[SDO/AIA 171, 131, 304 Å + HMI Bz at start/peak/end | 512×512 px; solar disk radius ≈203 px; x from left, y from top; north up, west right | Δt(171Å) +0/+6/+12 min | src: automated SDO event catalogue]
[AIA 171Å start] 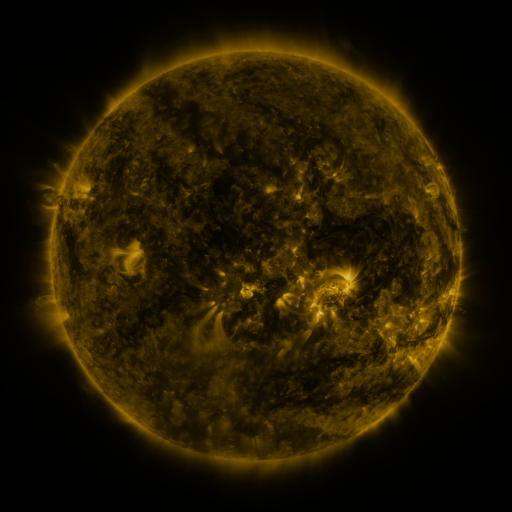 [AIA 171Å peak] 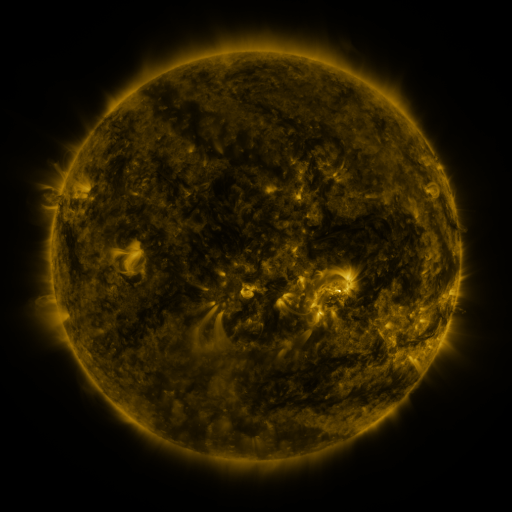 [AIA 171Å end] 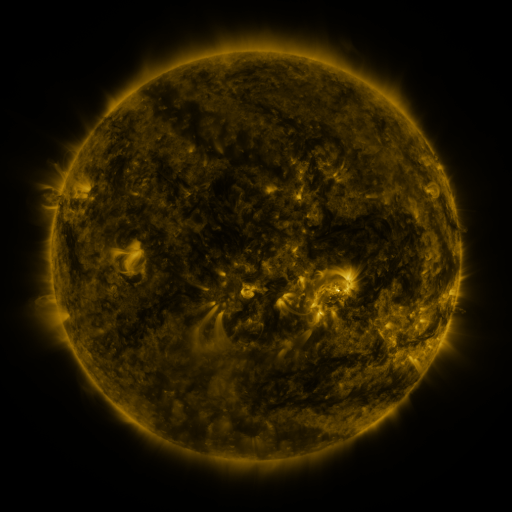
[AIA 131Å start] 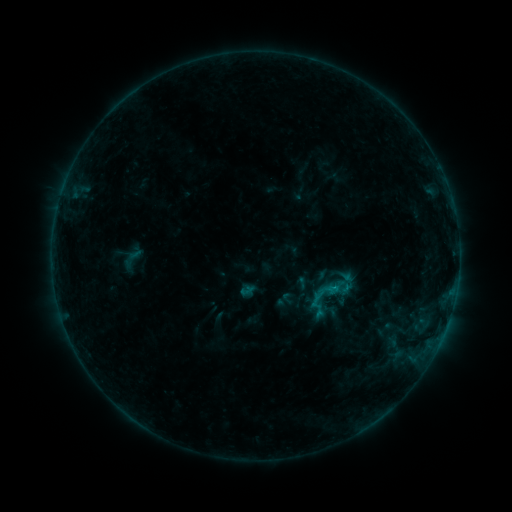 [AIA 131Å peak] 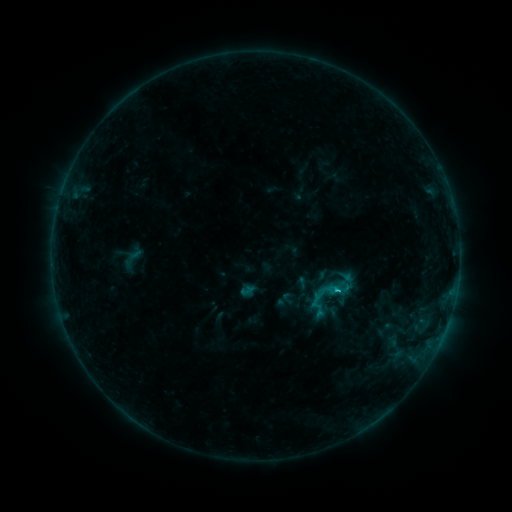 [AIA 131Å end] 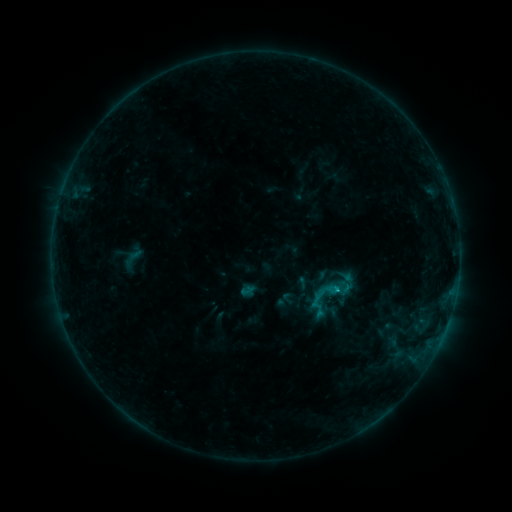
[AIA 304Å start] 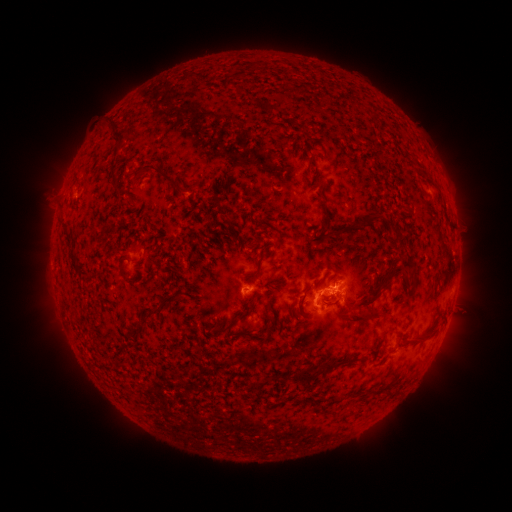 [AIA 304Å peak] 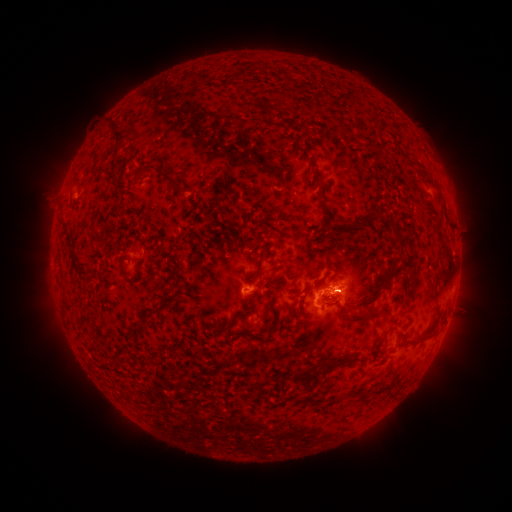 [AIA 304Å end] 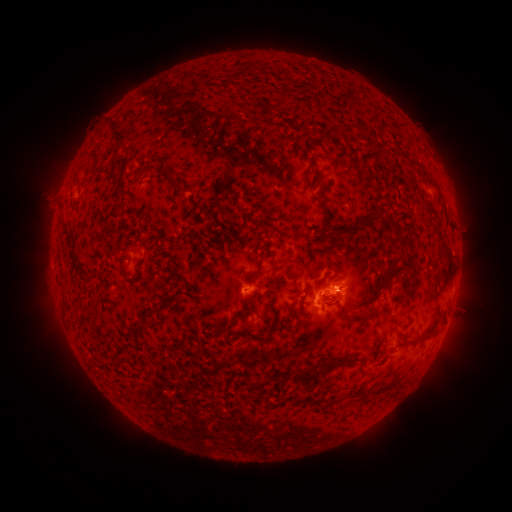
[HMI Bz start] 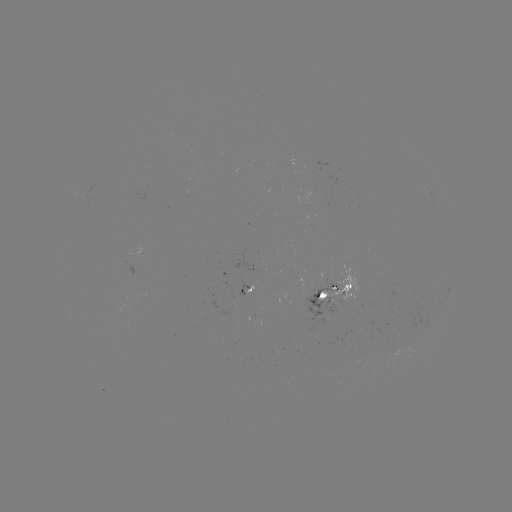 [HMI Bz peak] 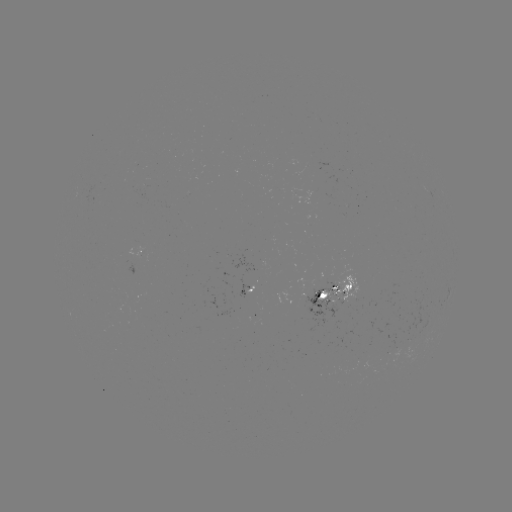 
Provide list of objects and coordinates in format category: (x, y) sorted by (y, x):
C1.1 flare: (335, 289)
